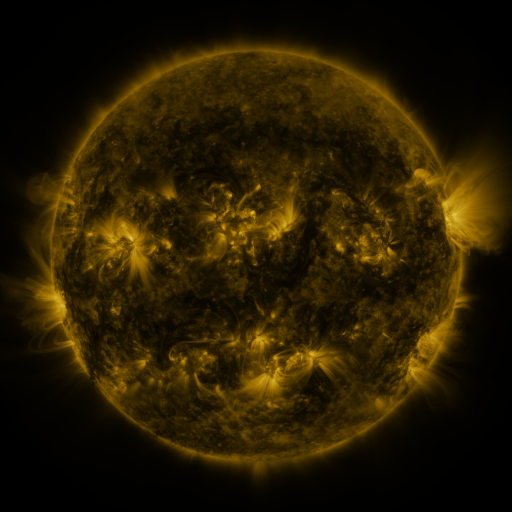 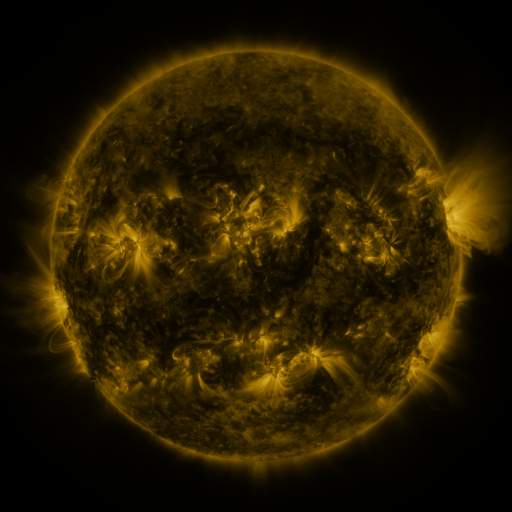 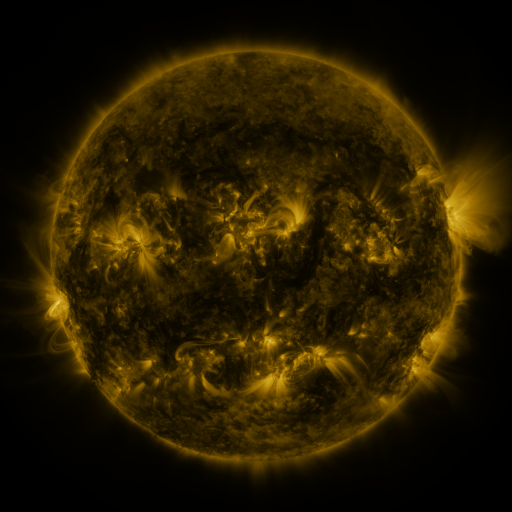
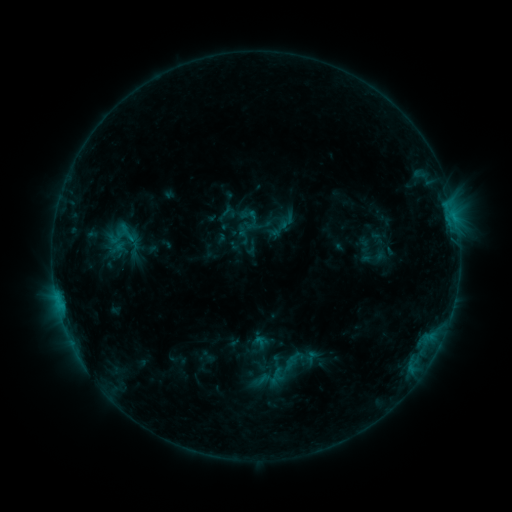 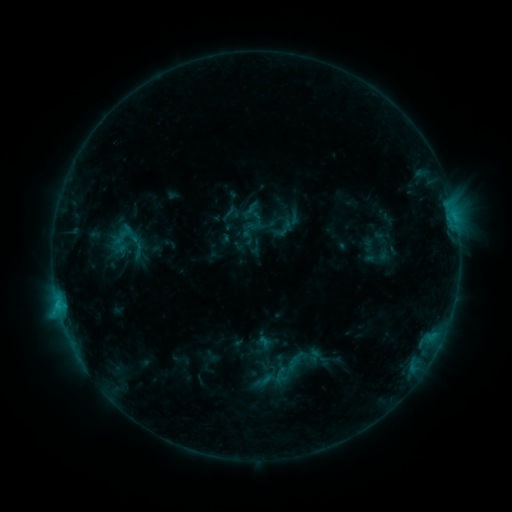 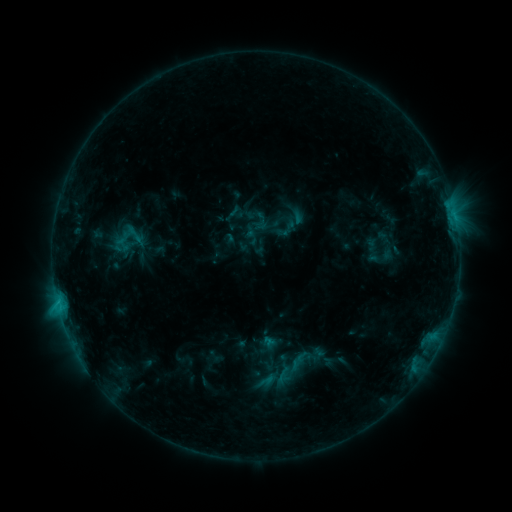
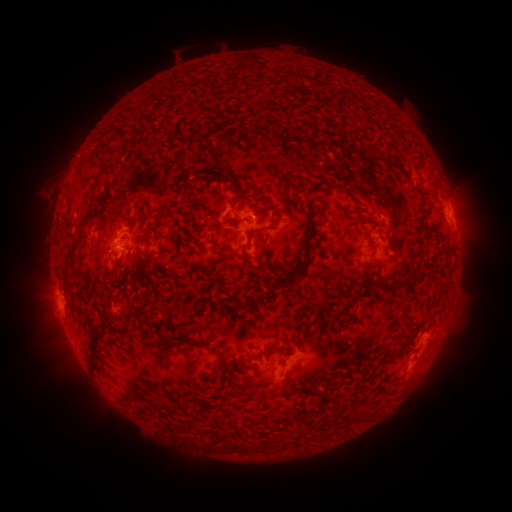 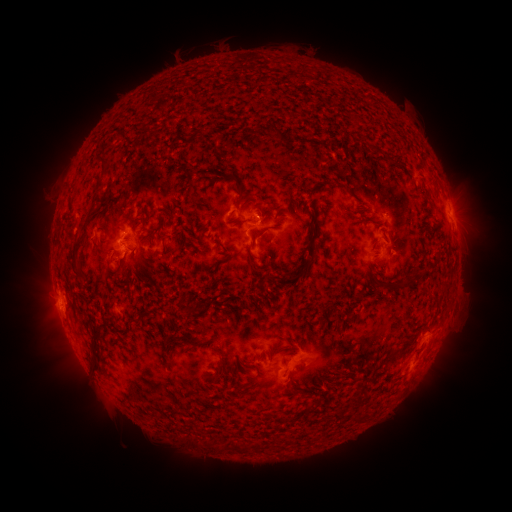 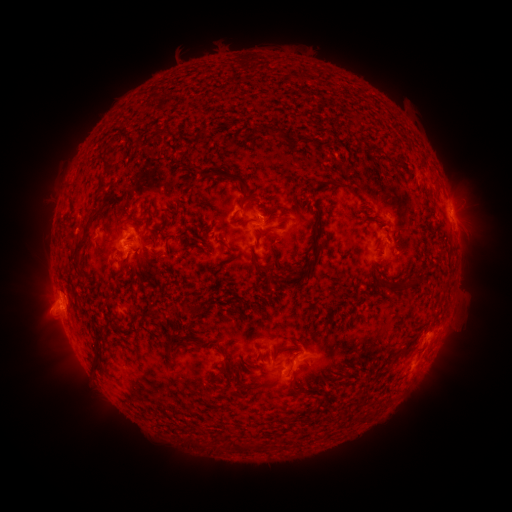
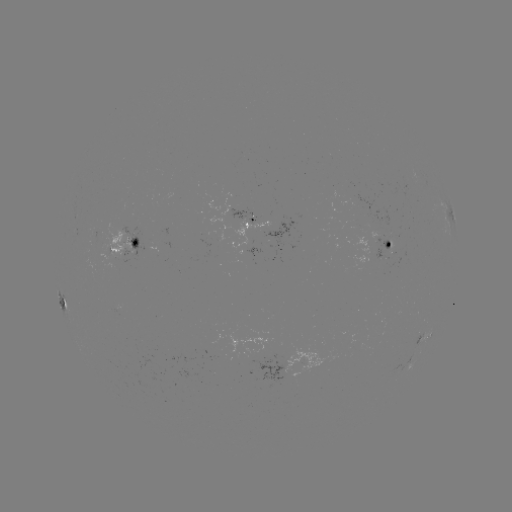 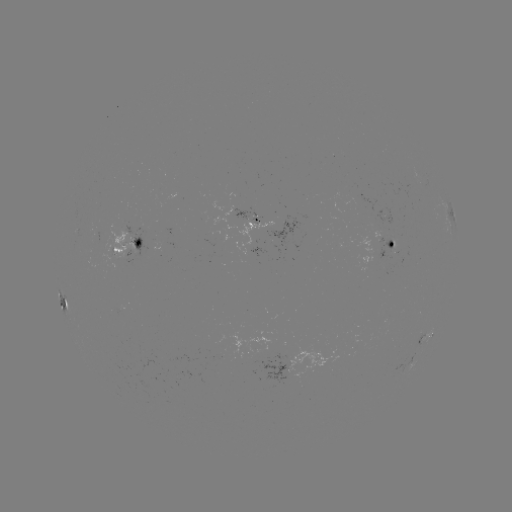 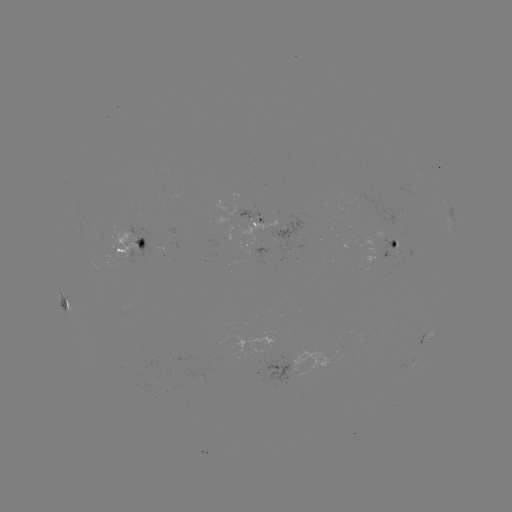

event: filament eruption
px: (116, 415)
